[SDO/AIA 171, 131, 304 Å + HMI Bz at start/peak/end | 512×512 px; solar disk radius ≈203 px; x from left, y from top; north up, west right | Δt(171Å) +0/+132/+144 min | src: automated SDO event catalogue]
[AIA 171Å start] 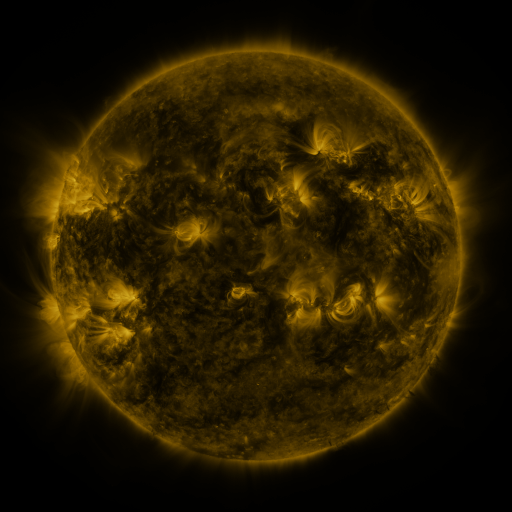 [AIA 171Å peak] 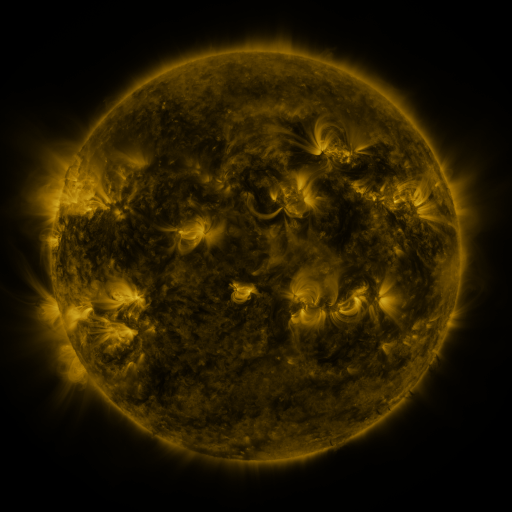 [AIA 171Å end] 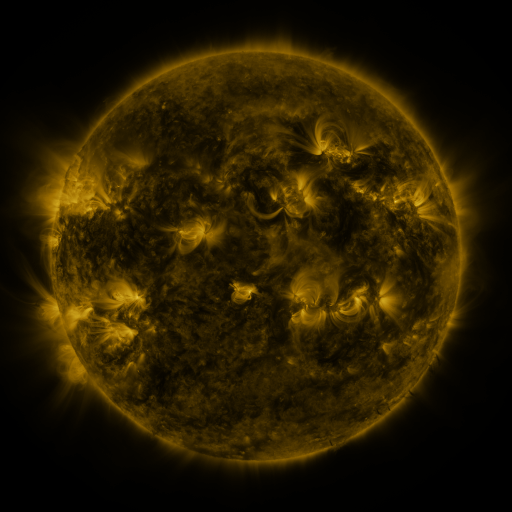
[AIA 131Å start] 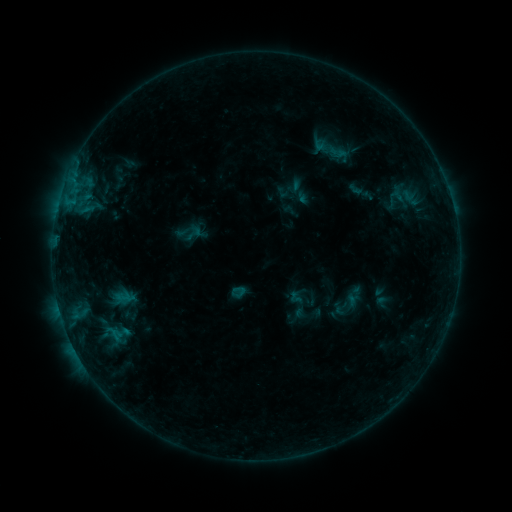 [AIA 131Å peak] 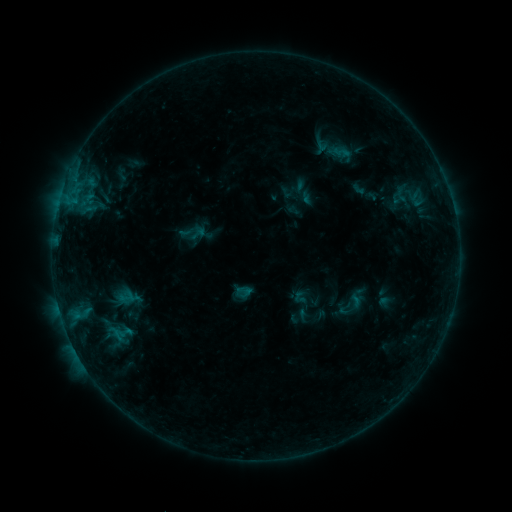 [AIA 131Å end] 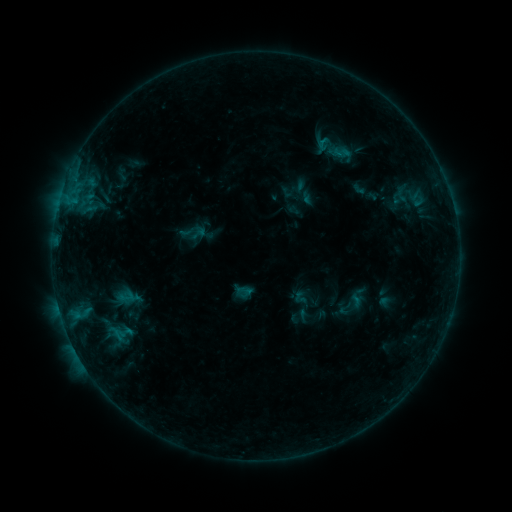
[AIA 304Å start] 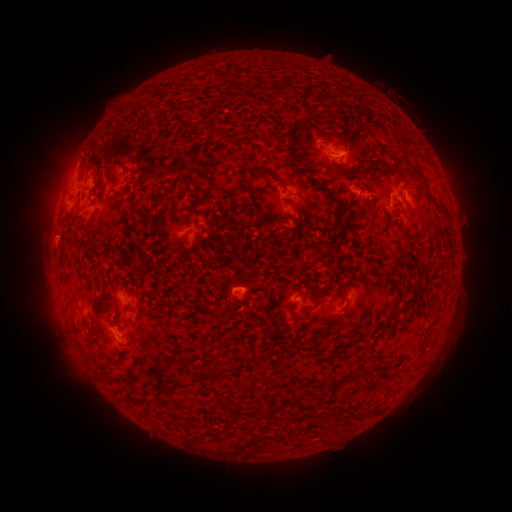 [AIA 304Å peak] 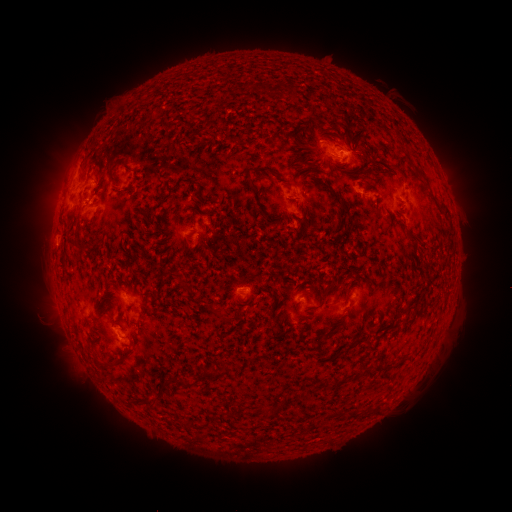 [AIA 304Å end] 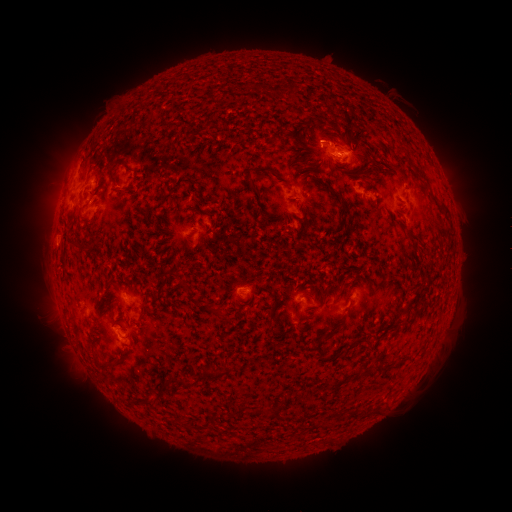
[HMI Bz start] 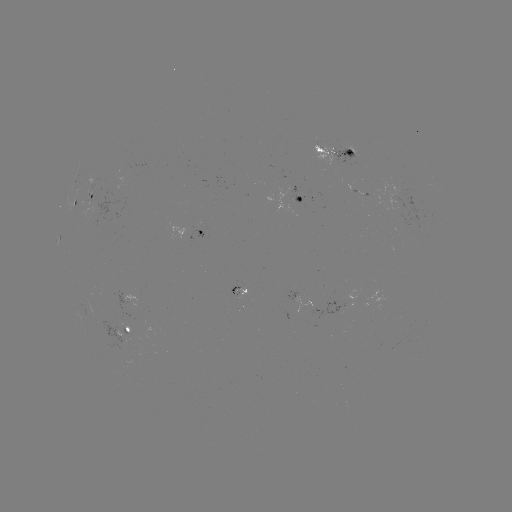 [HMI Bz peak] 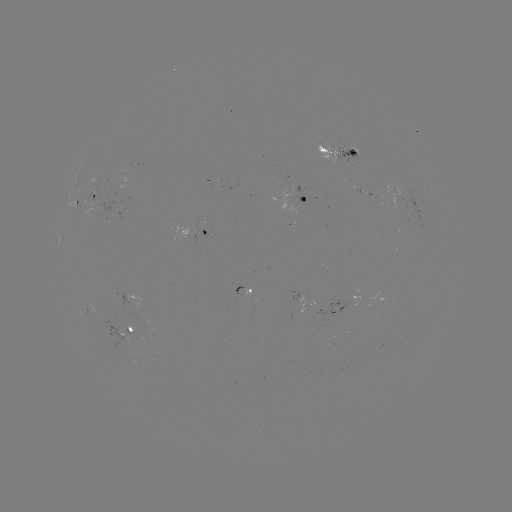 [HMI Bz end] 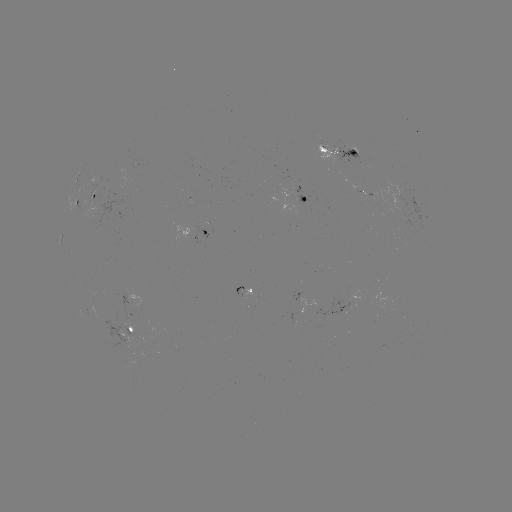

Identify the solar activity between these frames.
emerging-flux region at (329, 150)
